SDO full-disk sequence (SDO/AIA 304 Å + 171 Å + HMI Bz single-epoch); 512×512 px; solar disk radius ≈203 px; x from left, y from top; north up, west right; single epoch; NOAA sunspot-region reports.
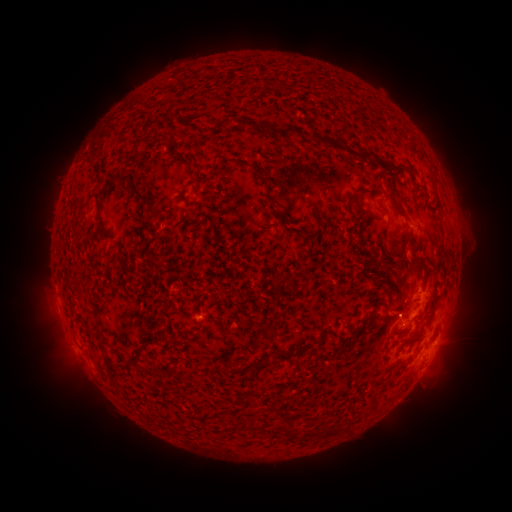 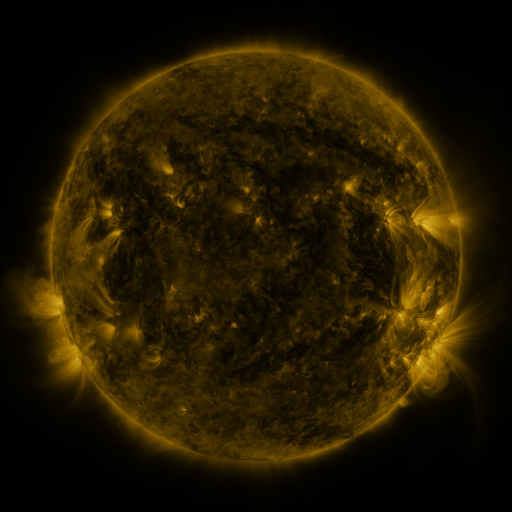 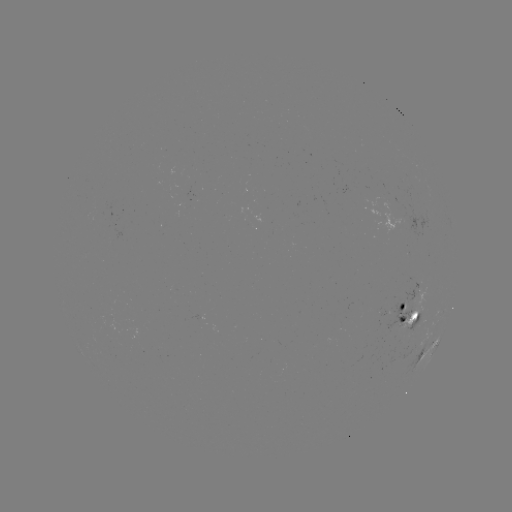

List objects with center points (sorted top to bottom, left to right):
spotted active region: (386, 214)
spotted active region: (412, 305)
spotted active region: (409, 318)
spotted active region: (435, 343)
spotted active region: (424, 353)
